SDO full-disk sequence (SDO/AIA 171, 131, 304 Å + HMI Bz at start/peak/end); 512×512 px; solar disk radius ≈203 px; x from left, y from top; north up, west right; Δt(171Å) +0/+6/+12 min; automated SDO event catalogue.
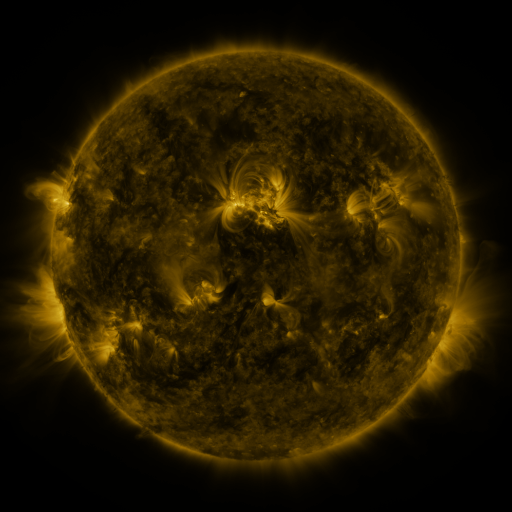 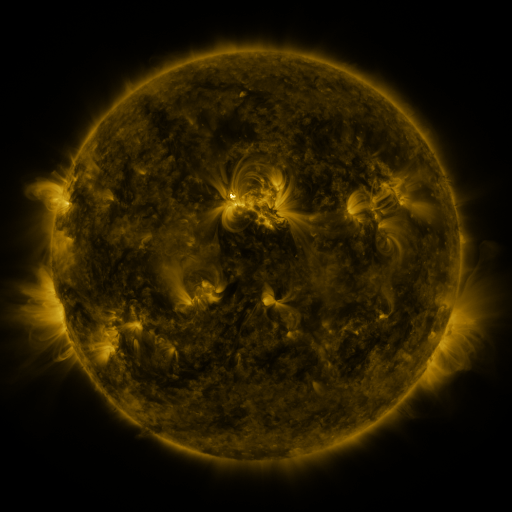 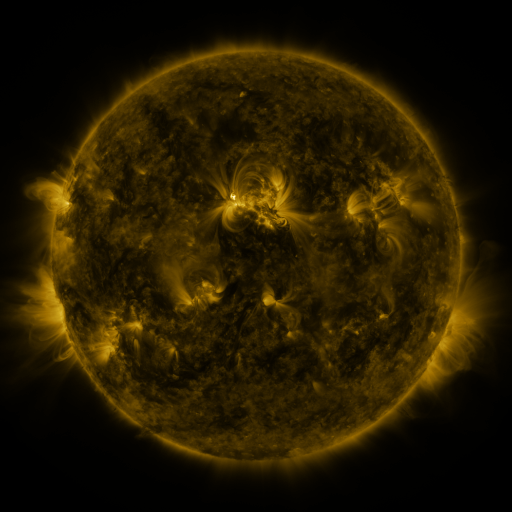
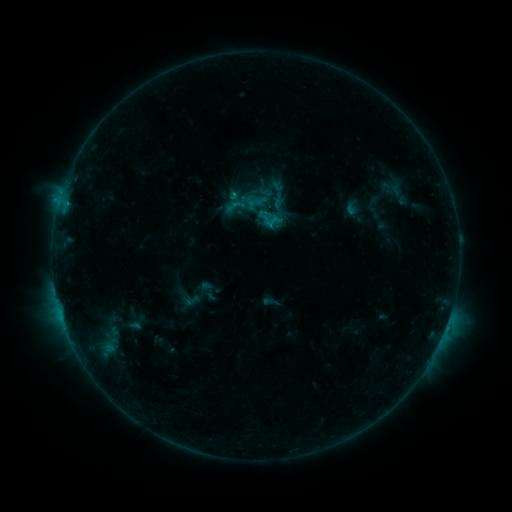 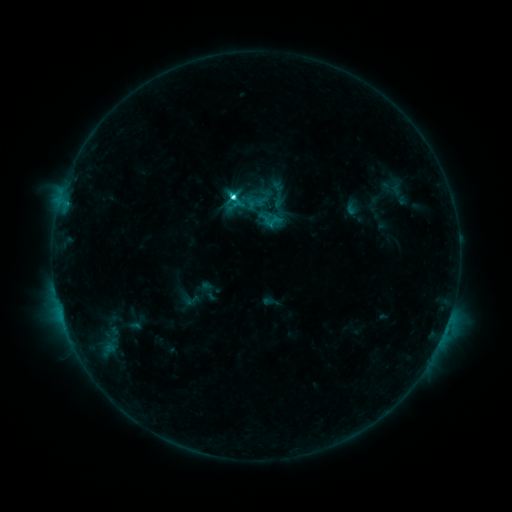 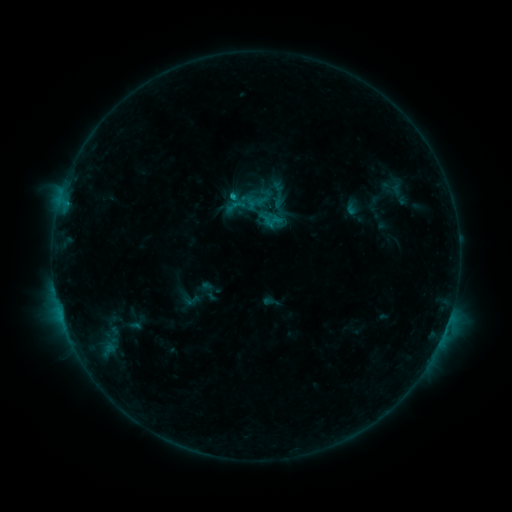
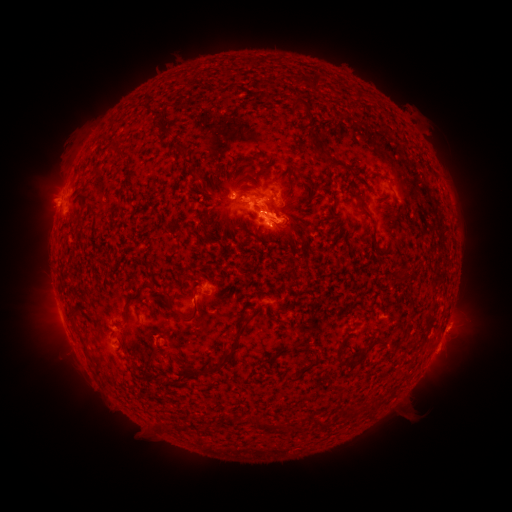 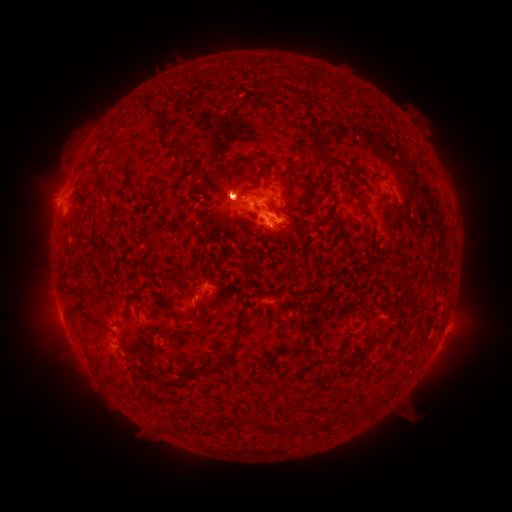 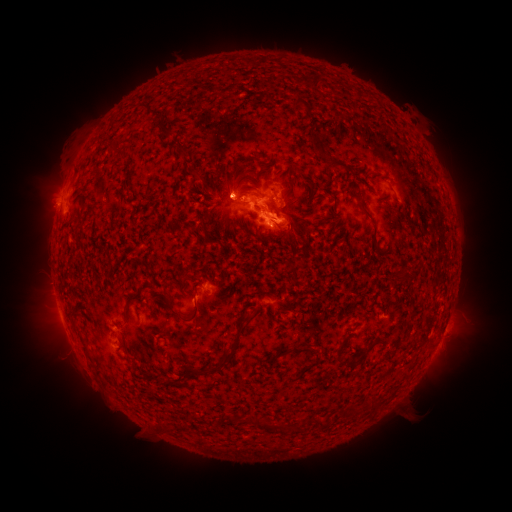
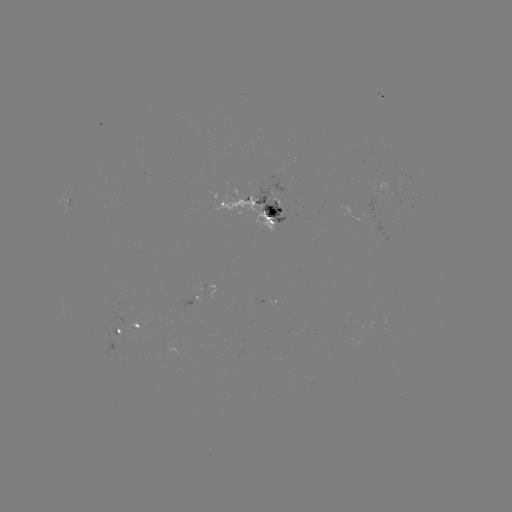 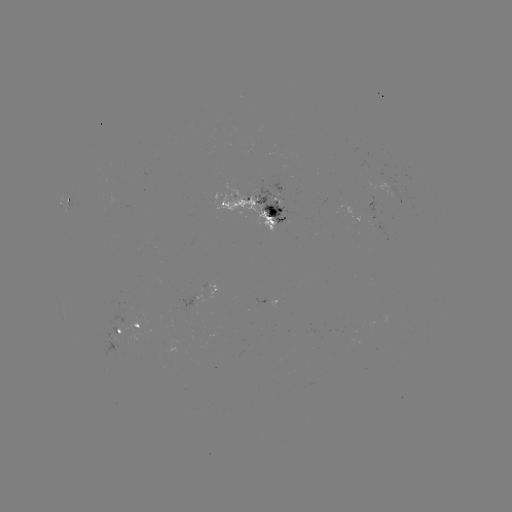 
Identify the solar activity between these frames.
C3.5 flare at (235, 199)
